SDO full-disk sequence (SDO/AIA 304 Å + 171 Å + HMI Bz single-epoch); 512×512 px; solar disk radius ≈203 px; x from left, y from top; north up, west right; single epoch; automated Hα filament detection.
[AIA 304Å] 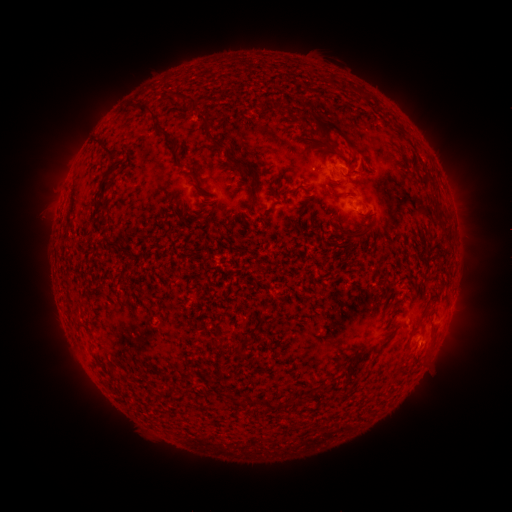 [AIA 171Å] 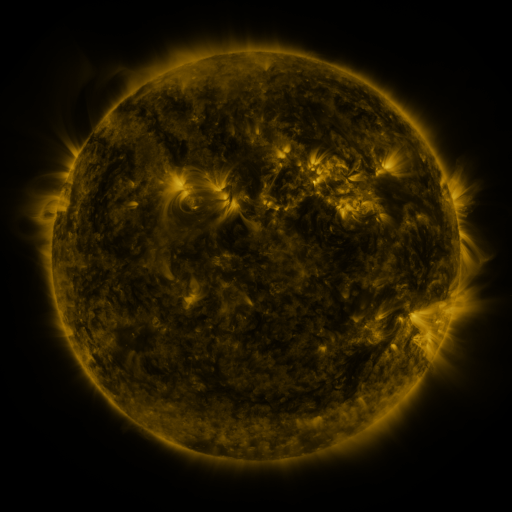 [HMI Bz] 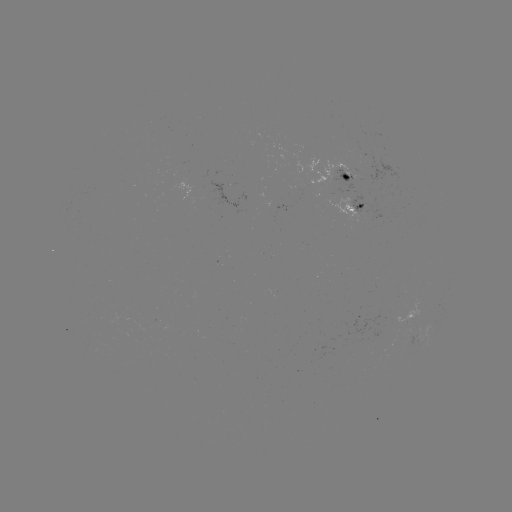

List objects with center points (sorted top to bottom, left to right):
filament: (154, 122)
filament: (330, 127)
filament: (208, 135)
filament: (105, 149)
filament: (322, 152)
filament: (339, 153)
filament: (251, 157)
filament: (234, 162)
filament: (202, 176)
filament: (430, 179)
filament: (251, 185)
filament: (101, 193)
filament: (334, 195)
filament: (437, 207)
filament: (365, 232)
filament: (447, 237)
filament: (113, 244)
filament: (224, 332)
filament: (237, 344)
filament: (334, 388)
filament: (297, 403)
filament: (270, 406)
